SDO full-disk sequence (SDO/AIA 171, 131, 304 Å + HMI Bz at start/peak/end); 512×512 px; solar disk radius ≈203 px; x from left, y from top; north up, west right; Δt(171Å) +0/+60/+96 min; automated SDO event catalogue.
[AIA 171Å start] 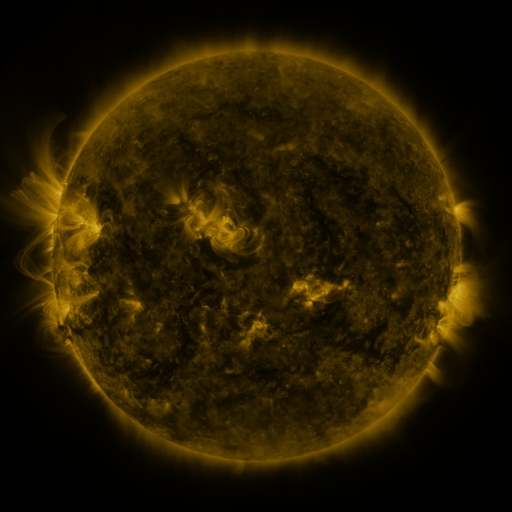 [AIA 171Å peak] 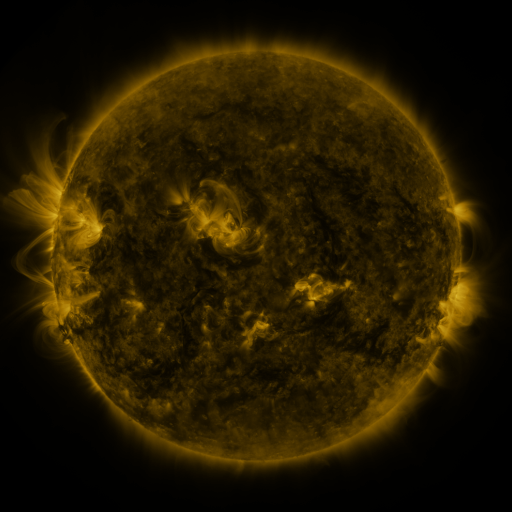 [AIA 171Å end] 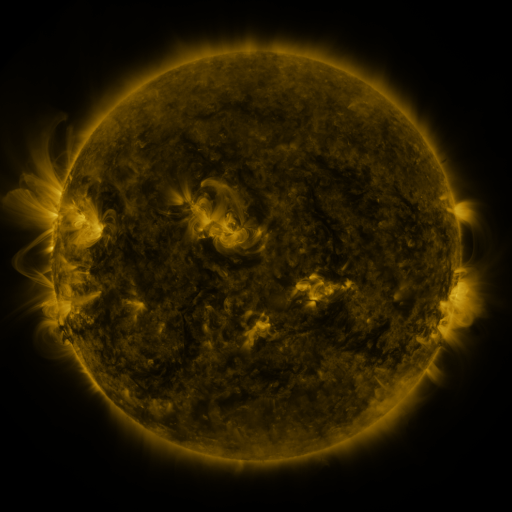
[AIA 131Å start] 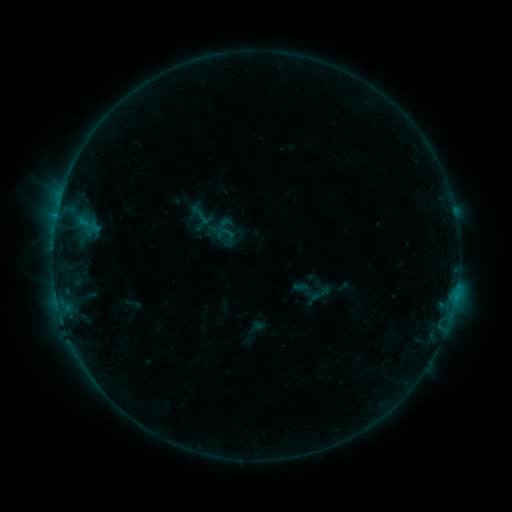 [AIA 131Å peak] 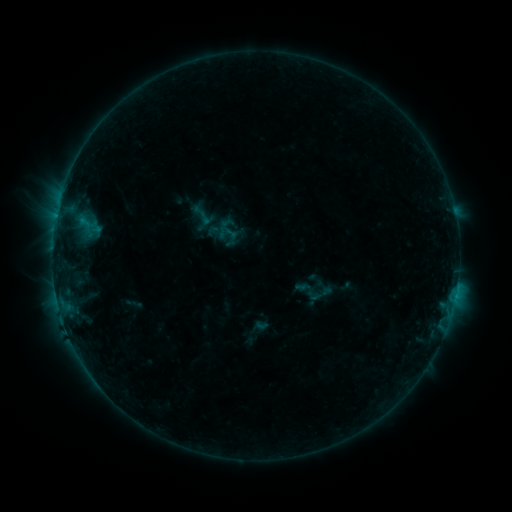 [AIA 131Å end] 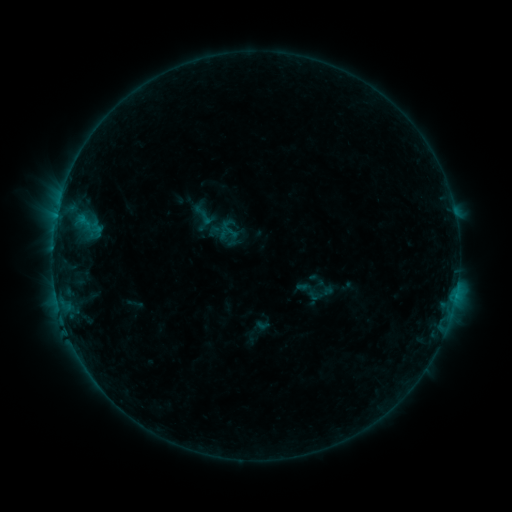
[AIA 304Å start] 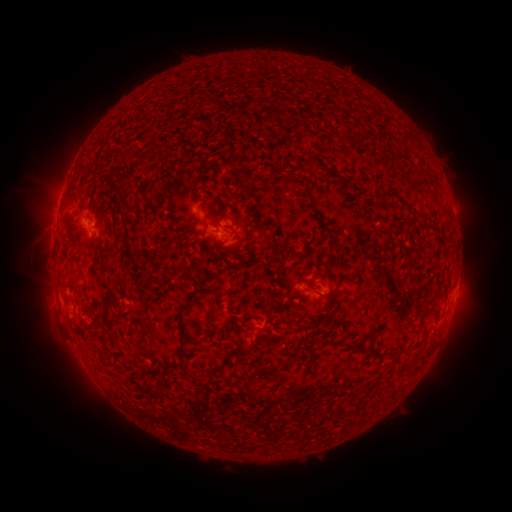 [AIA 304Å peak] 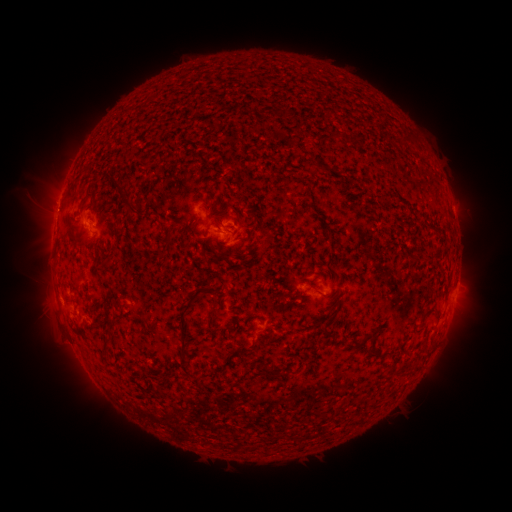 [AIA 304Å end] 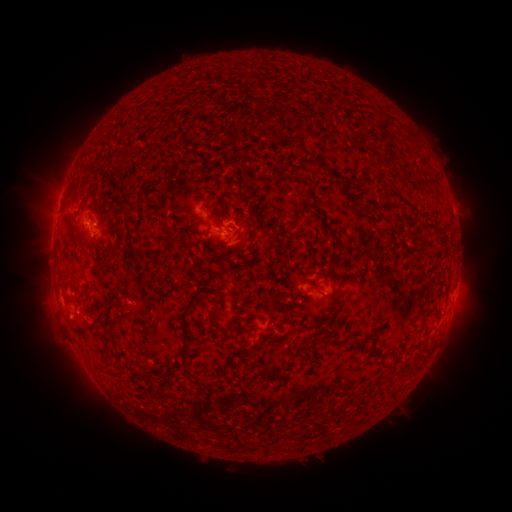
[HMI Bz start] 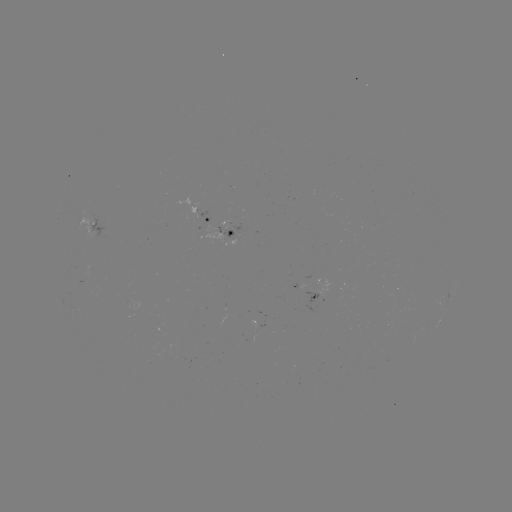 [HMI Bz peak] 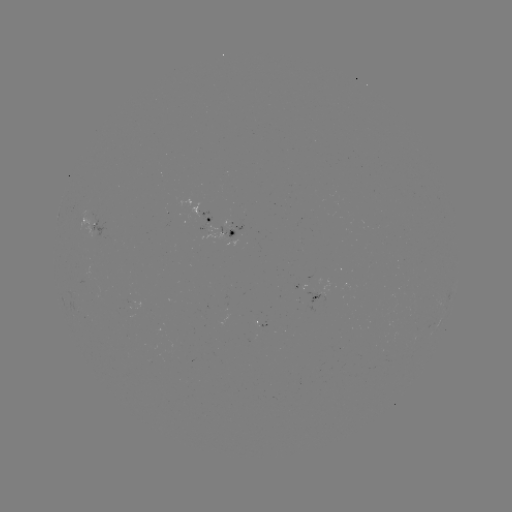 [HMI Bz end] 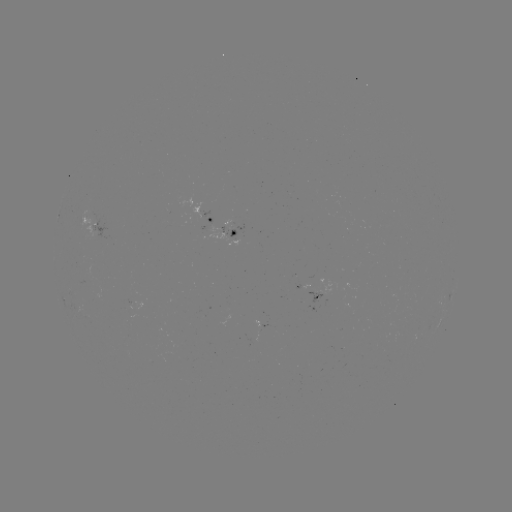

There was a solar emerging-flux region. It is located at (197, 208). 